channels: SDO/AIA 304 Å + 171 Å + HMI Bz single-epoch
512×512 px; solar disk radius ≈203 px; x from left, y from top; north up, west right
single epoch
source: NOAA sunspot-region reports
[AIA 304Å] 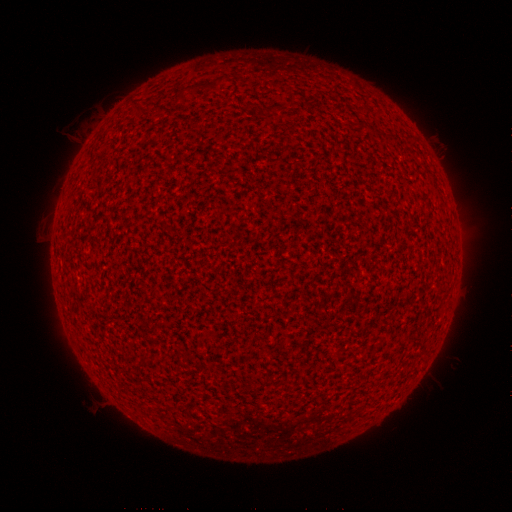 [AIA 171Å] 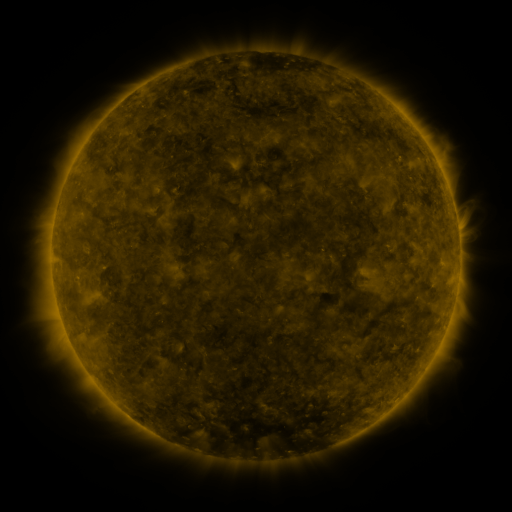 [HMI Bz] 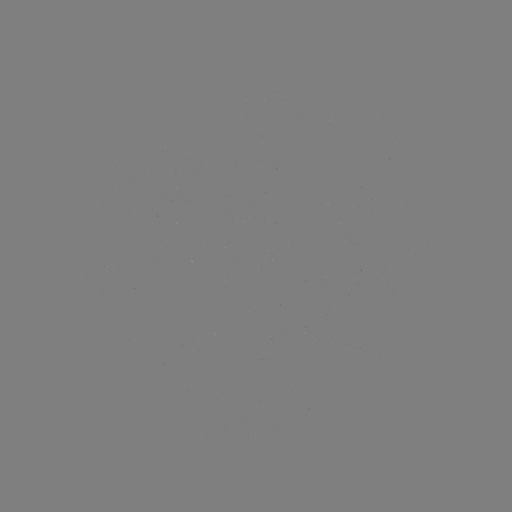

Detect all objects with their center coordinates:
(none)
